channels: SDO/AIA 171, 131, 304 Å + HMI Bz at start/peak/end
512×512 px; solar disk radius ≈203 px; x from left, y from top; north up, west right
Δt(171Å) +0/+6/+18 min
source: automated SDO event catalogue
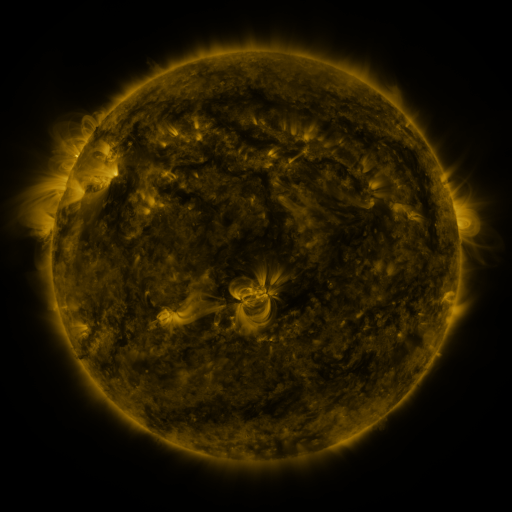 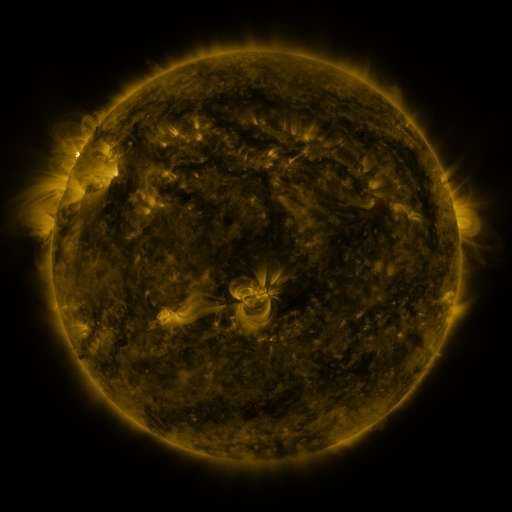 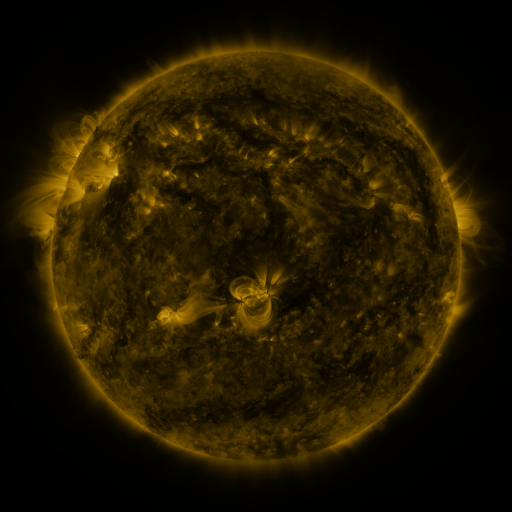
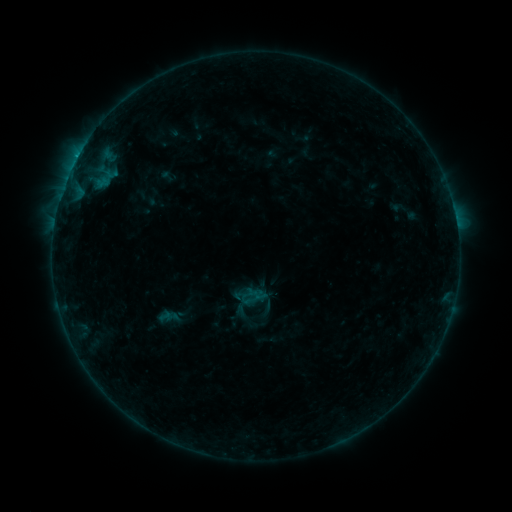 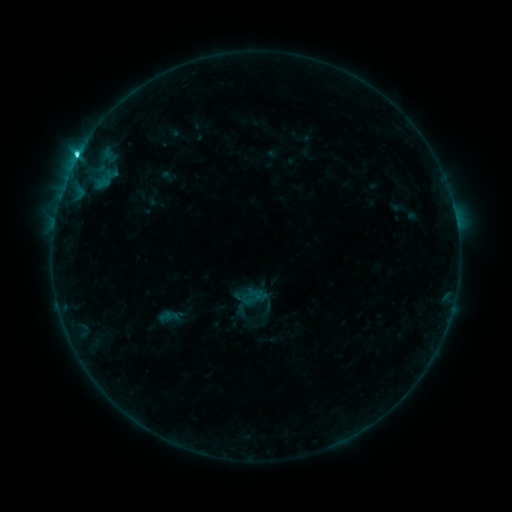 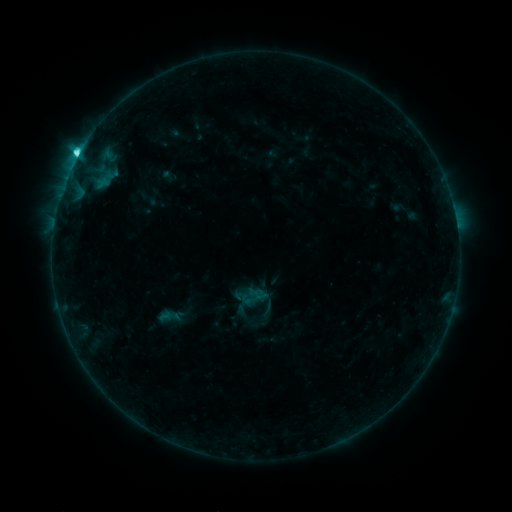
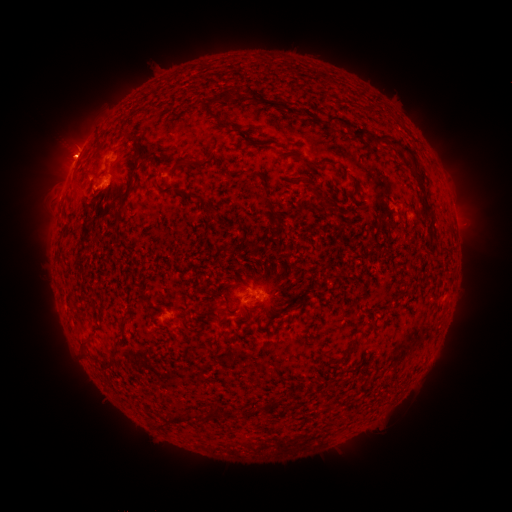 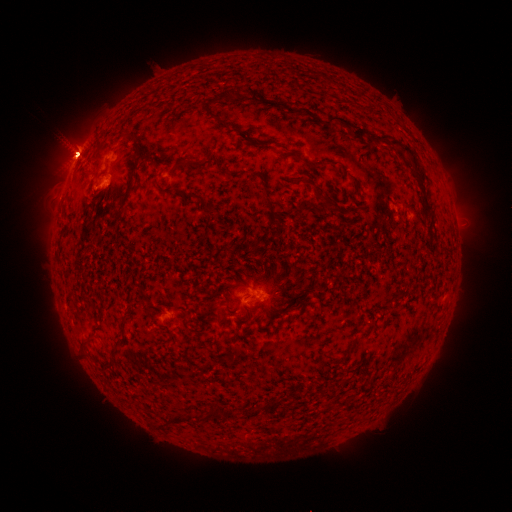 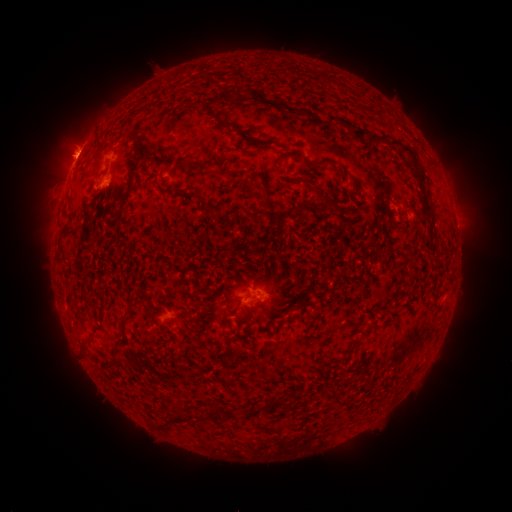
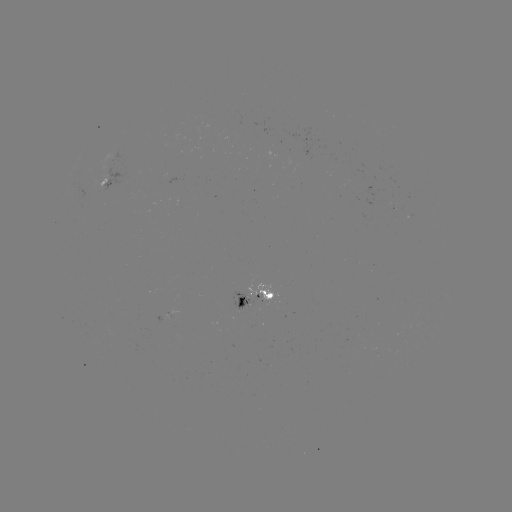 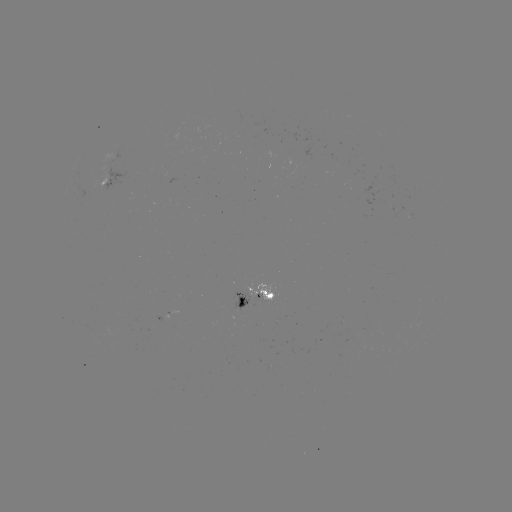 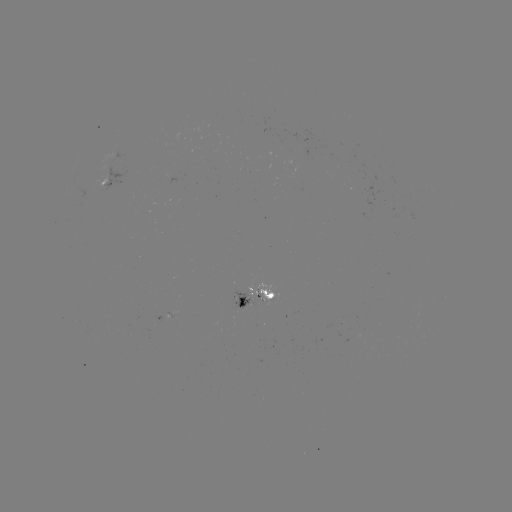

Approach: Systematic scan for C7.7 flare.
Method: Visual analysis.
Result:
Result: C7.7 flare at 78,156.